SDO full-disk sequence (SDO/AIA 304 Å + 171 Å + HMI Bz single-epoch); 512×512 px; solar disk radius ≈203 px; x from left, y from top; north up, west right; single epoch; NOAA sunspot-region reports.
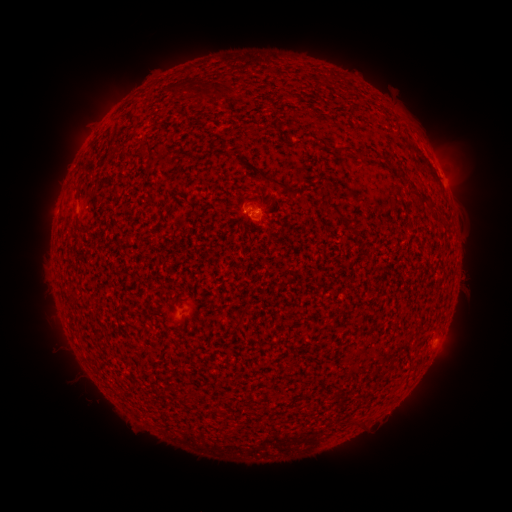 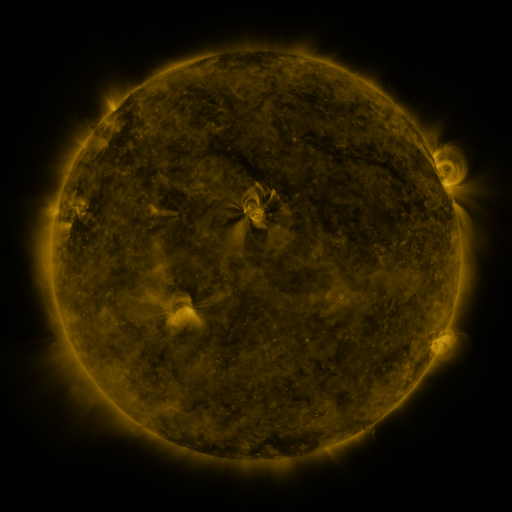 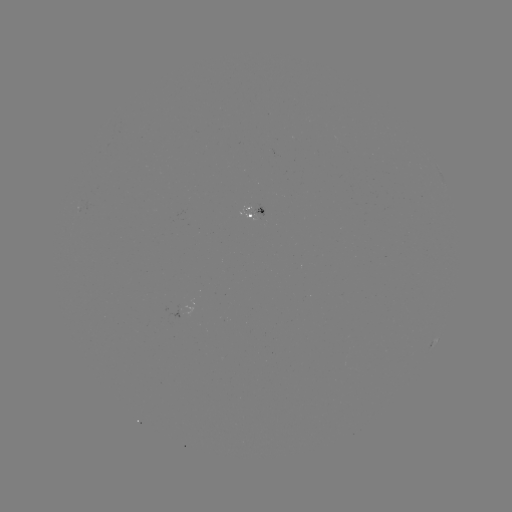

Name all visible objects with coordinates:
spotted active region: (256, 214)
spotted active region: (434, 342)
